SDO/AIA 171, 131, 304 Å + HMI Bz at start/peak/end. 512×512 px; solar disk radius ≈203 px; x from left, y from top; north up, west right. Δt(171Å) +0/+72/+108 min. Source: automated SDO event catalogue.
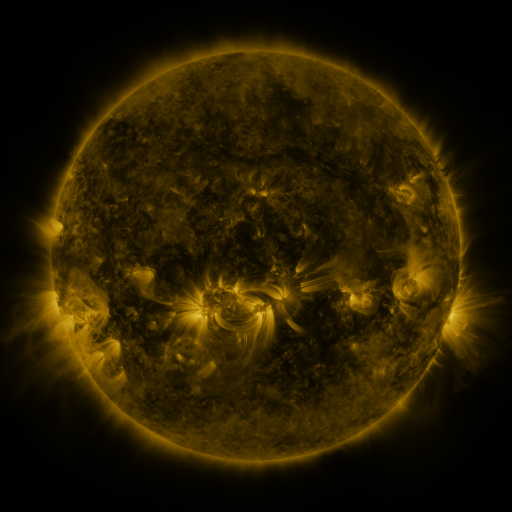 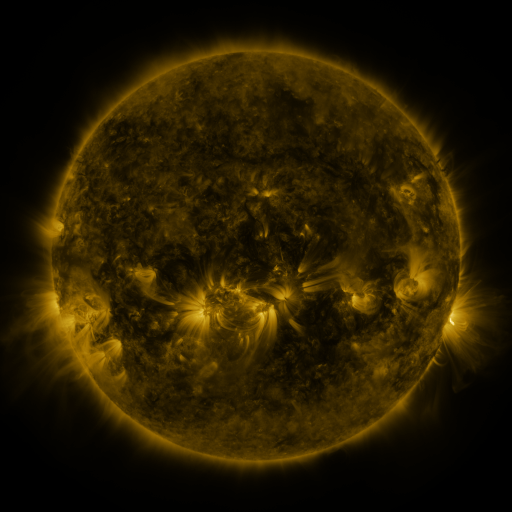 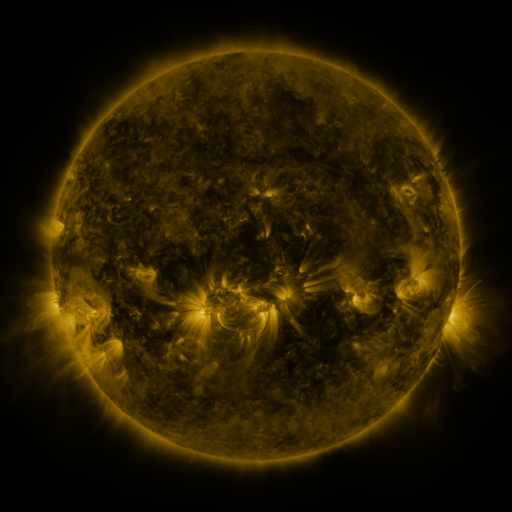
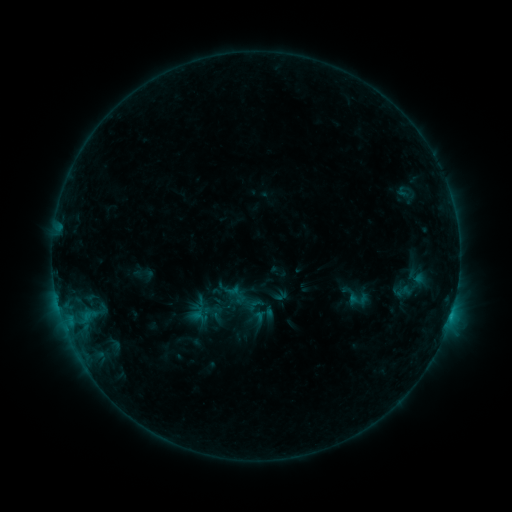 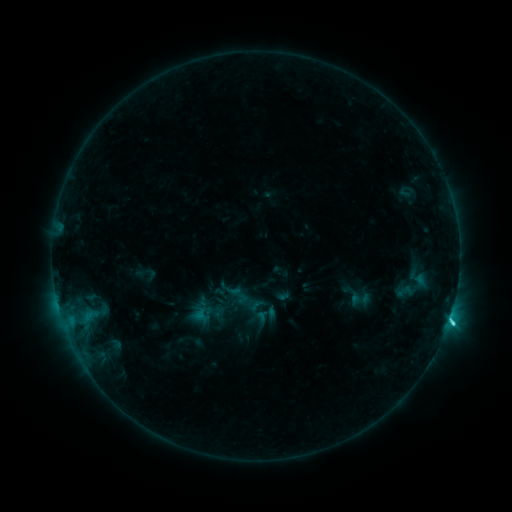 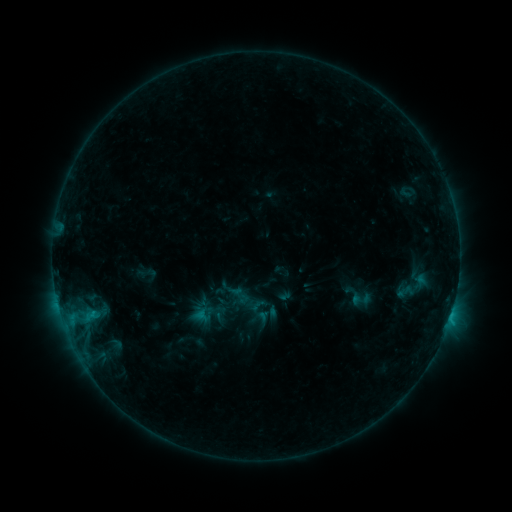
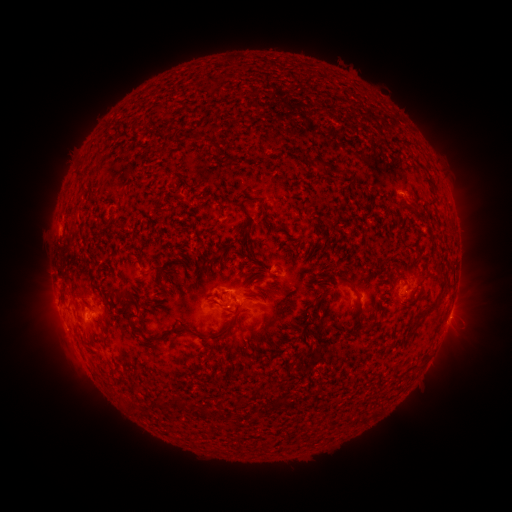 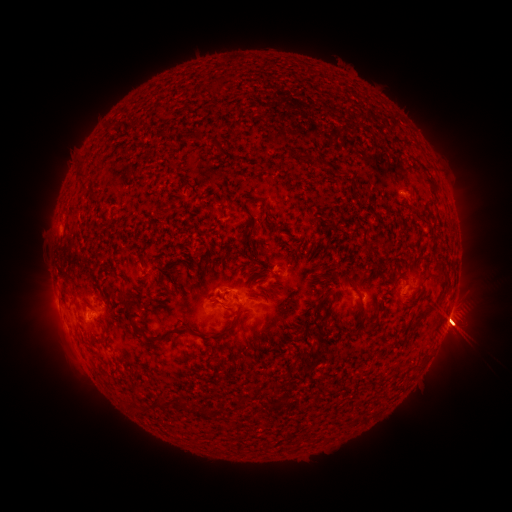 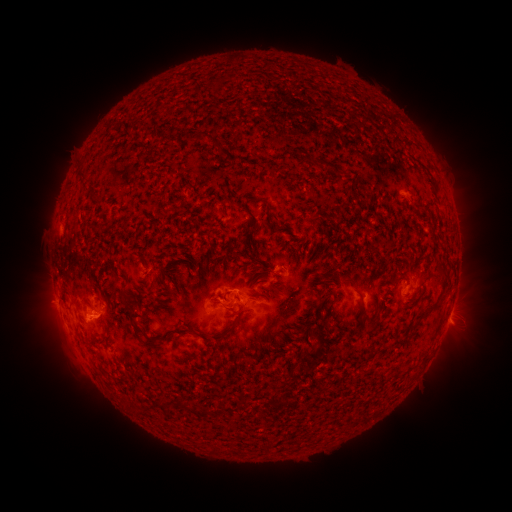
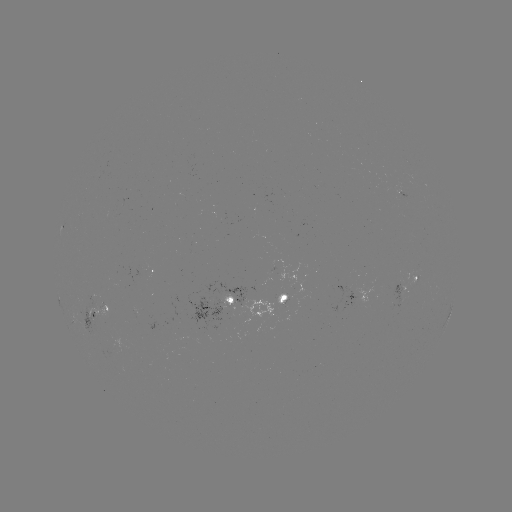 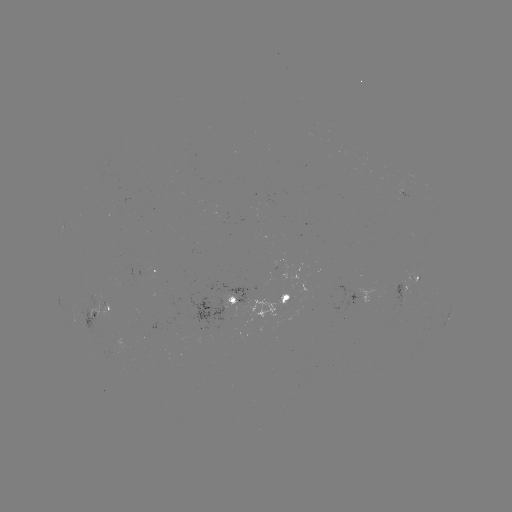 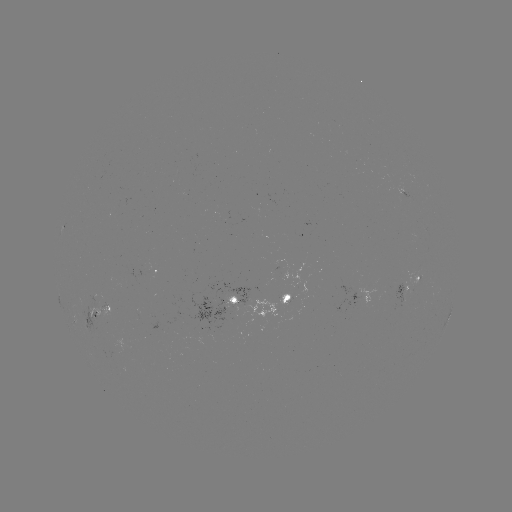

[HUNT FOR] emerging-flux region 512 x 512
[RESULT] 239,299